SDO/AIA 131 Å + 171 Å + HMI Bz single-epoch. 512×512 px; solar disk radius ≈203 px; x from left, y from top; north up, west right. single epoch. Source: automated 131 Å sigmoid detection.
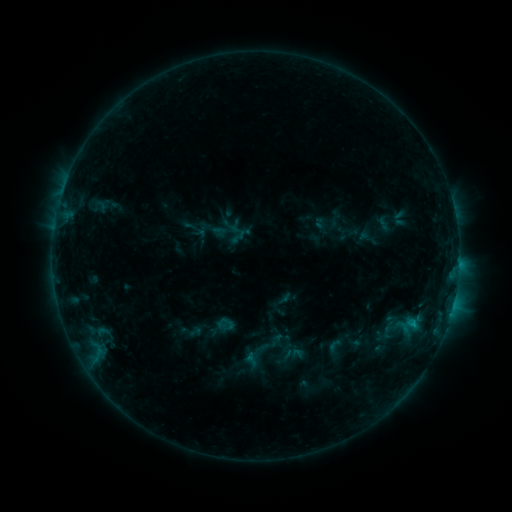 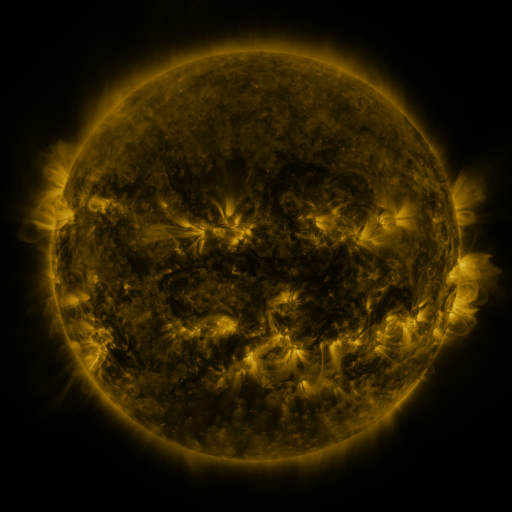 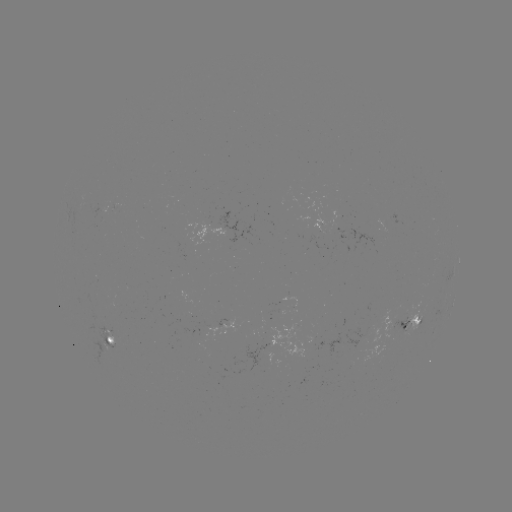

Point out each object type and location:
sigmoid: [325, 337, 344, 355]
